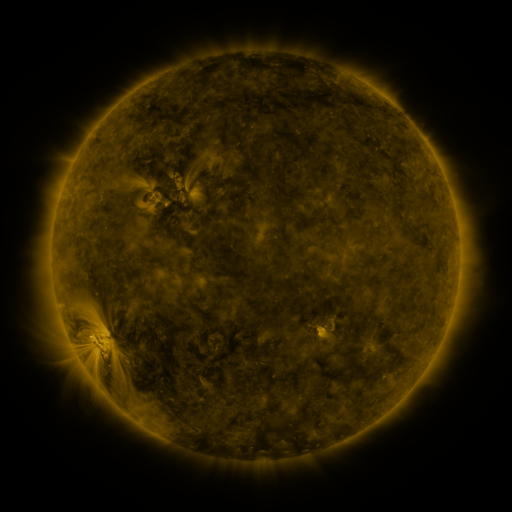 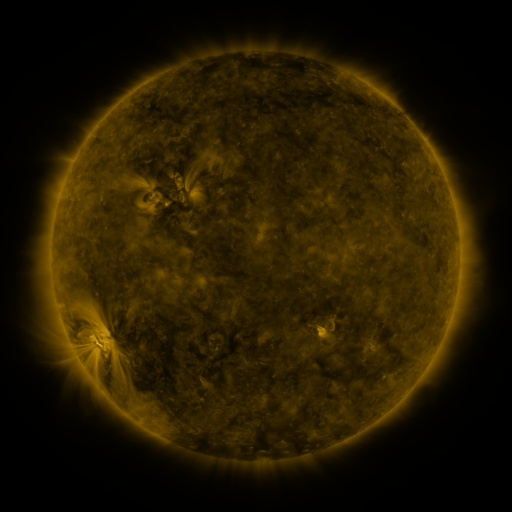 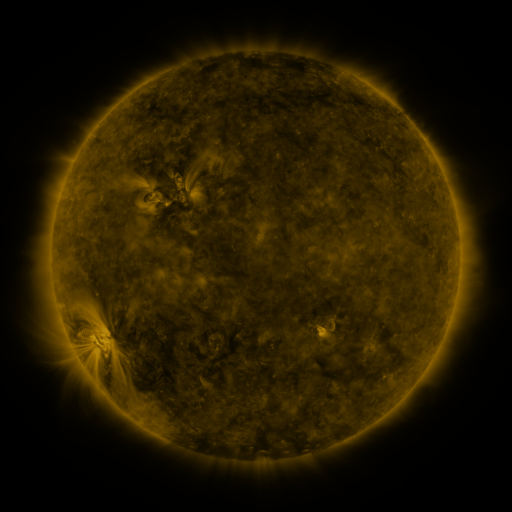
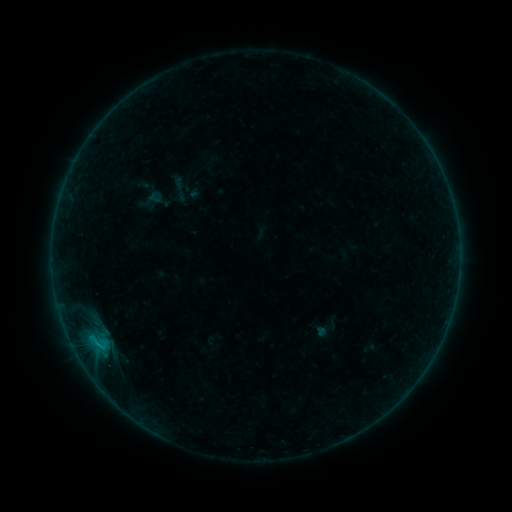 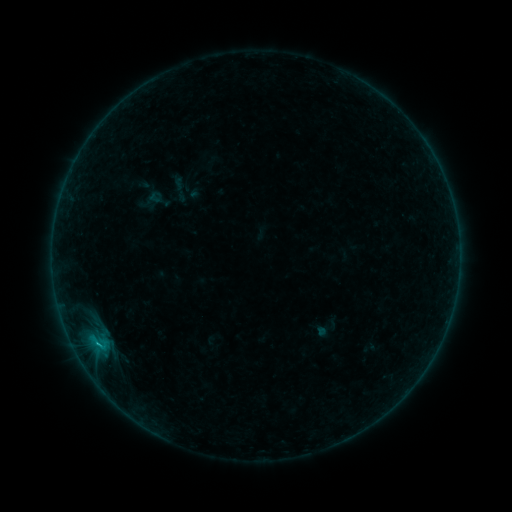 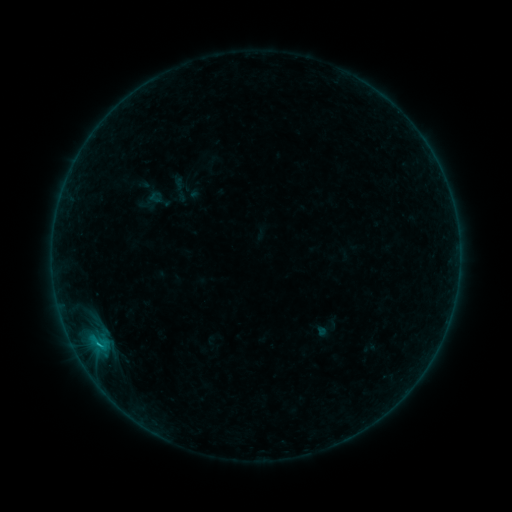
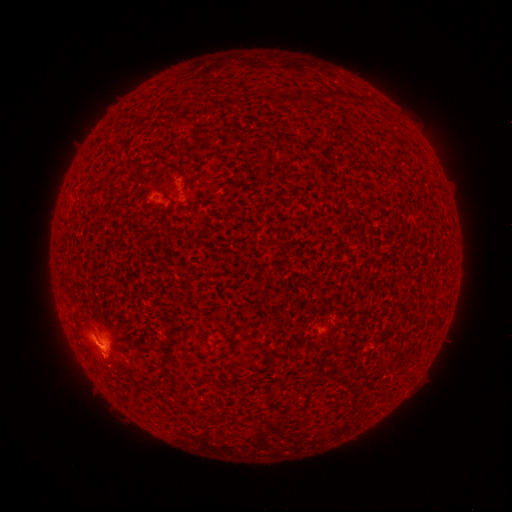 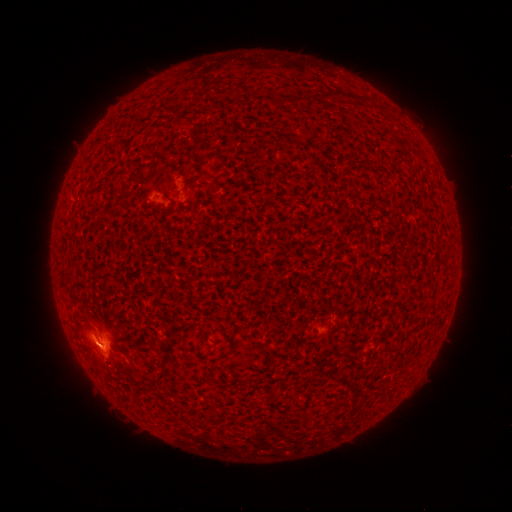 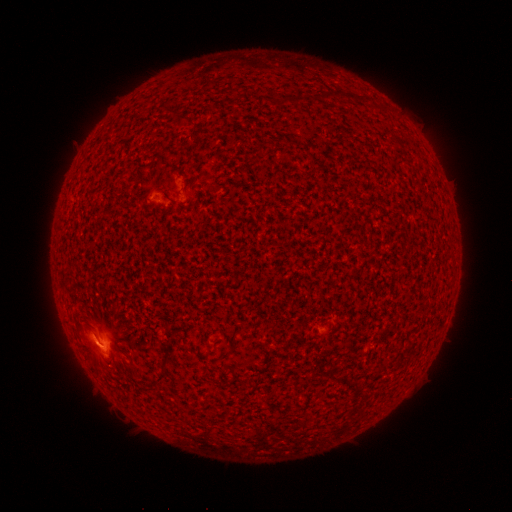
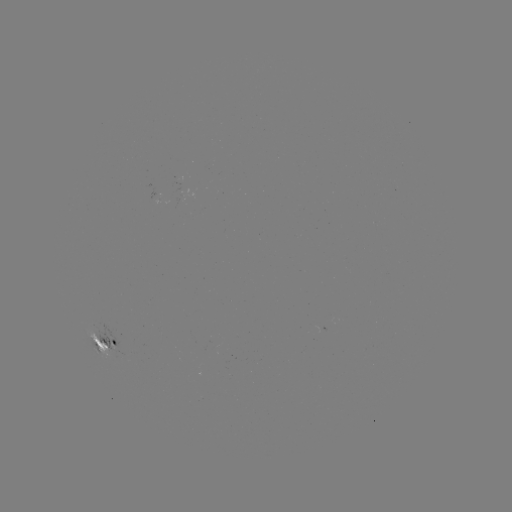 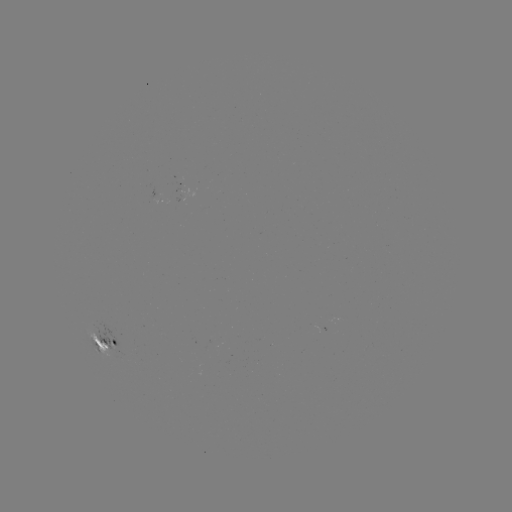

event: flare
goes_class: C1.4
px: (98, 342)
